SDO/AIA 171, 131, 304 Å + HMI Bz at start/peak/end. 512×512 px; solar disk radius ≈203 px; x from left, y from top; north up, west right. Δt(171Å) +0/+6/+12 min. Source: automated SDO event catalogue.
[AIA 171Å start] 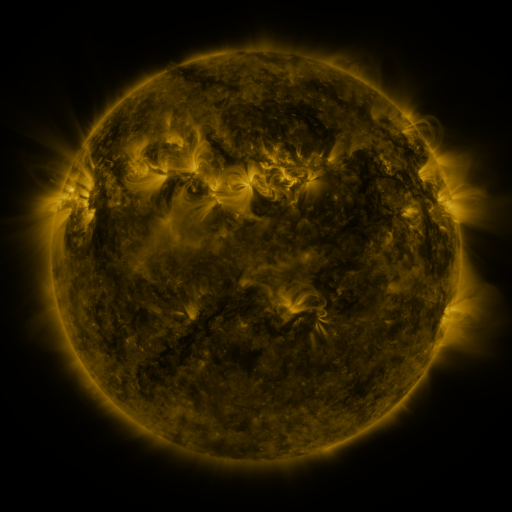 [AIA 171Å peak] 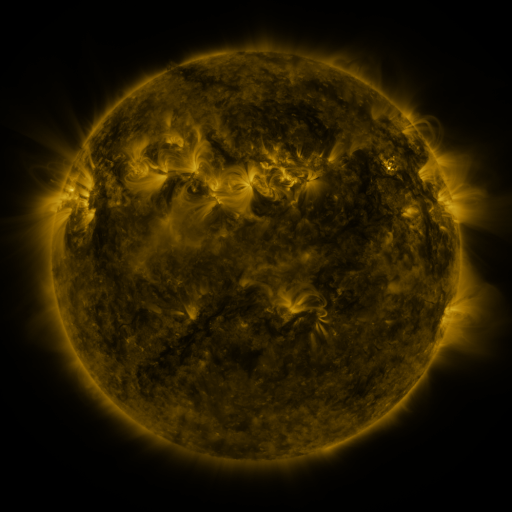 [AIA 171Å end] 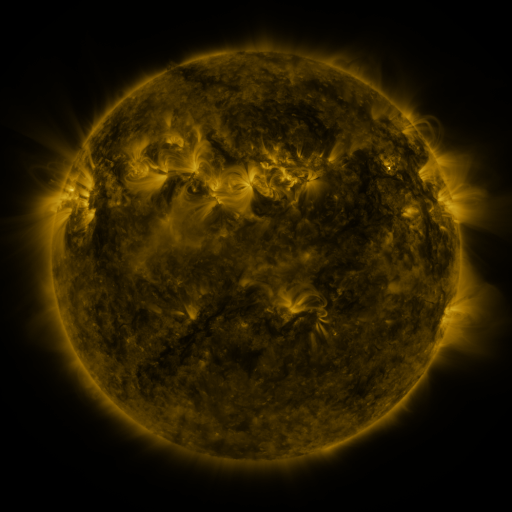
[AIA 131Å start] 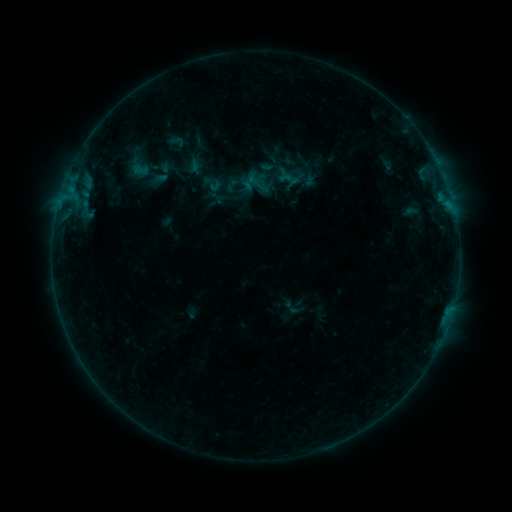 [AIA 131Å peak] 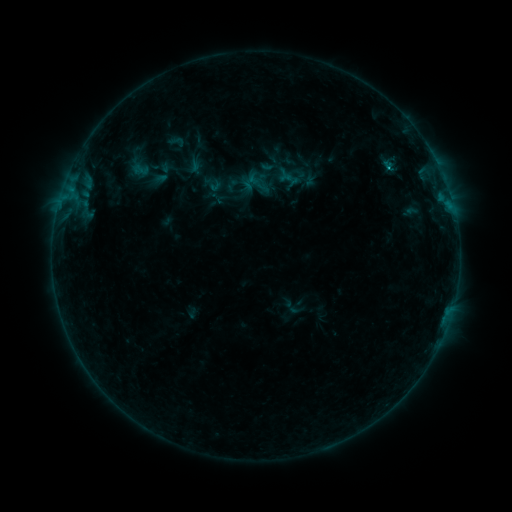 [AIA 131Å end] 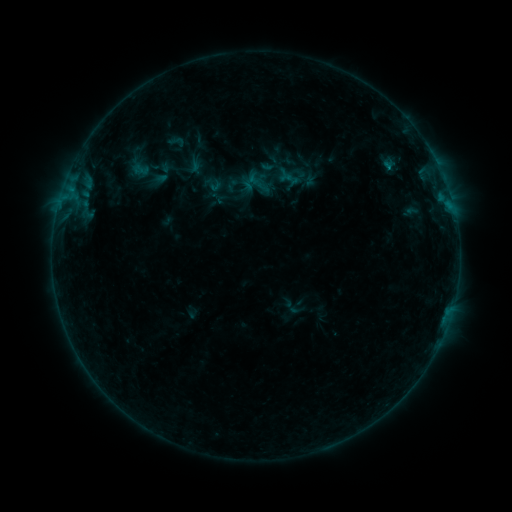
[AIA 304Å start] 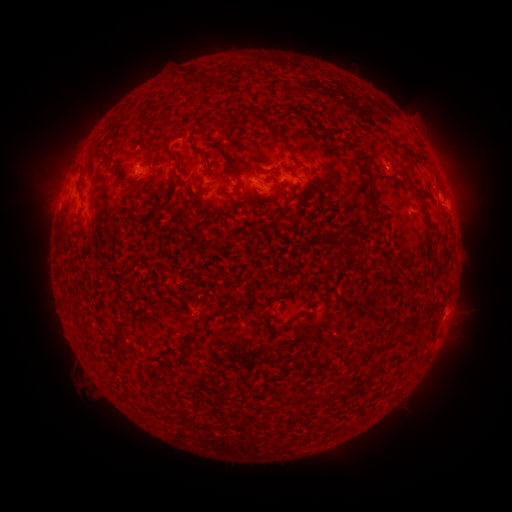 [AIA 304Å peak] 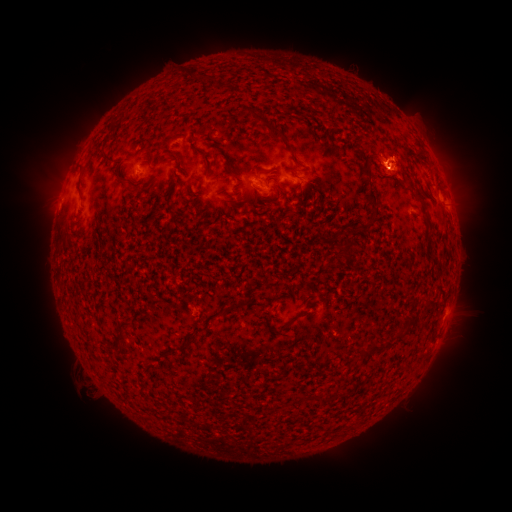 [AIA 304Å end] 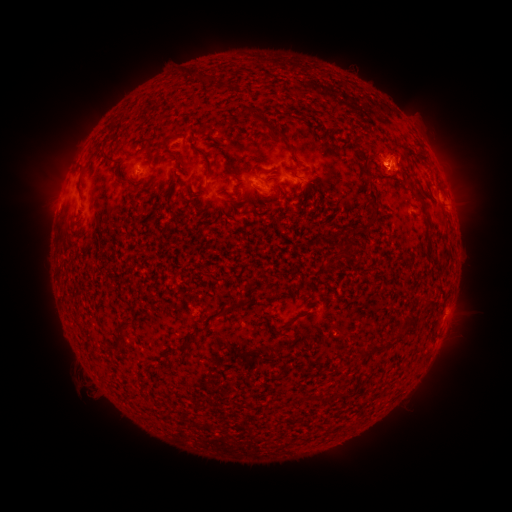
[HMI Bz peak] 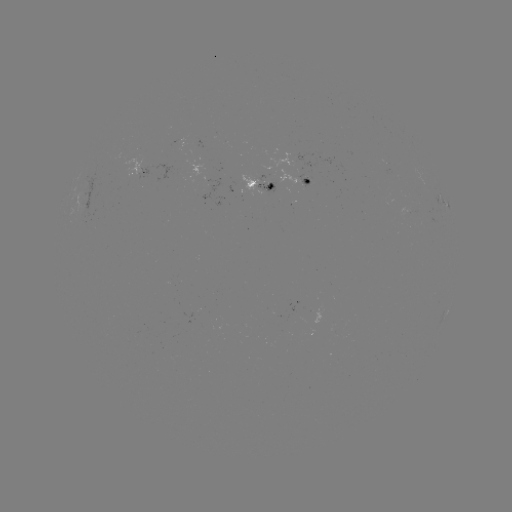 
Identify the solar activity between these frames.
B3.9 flare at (388, 168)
